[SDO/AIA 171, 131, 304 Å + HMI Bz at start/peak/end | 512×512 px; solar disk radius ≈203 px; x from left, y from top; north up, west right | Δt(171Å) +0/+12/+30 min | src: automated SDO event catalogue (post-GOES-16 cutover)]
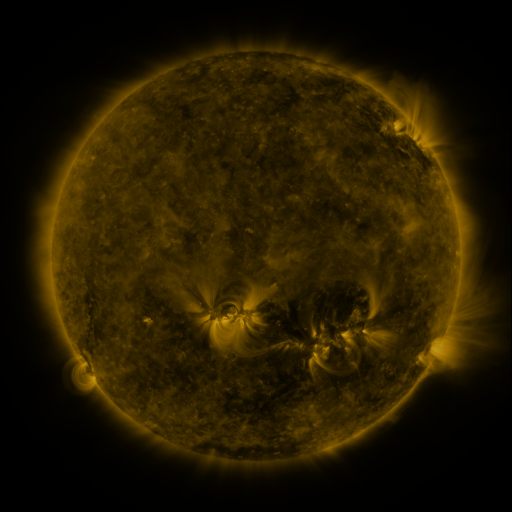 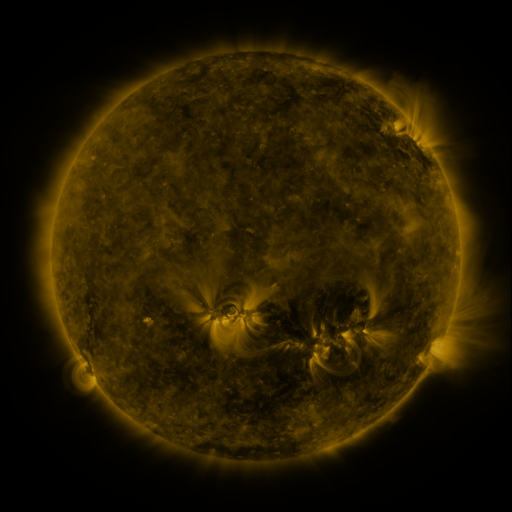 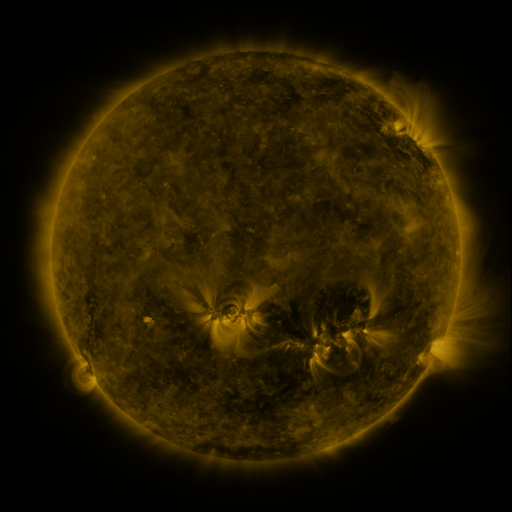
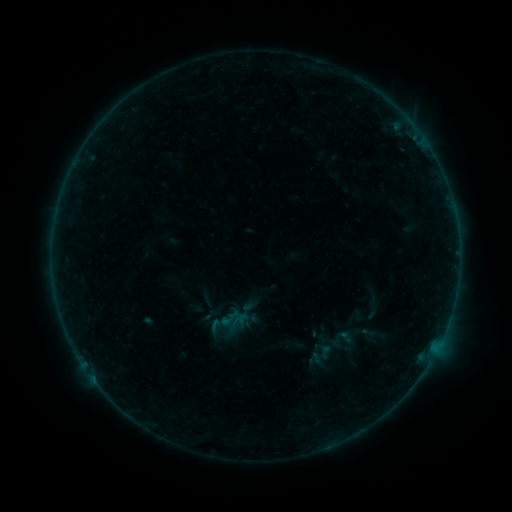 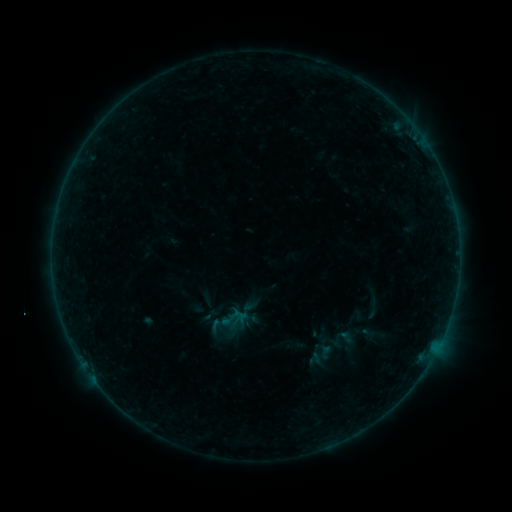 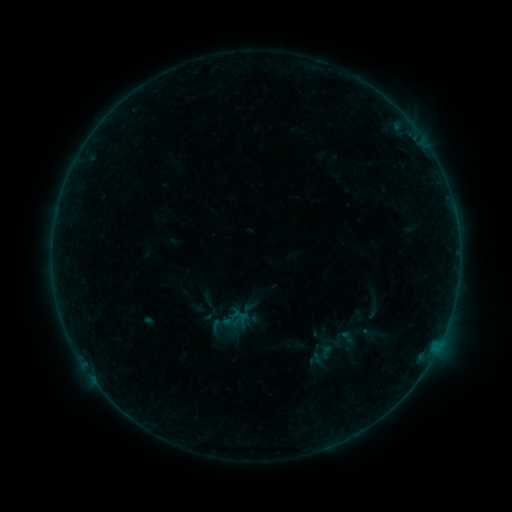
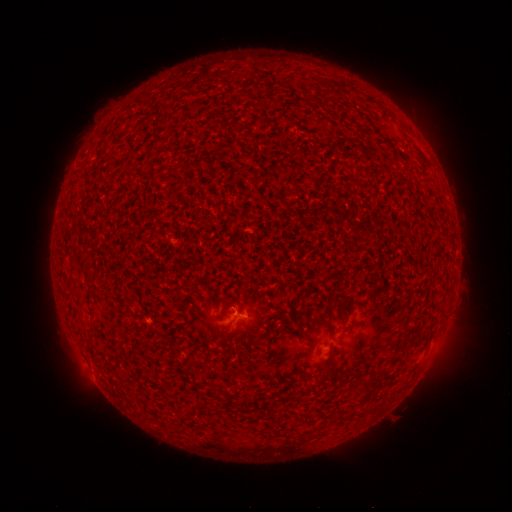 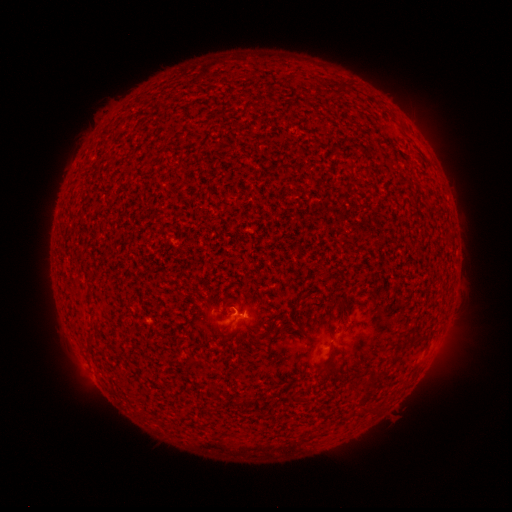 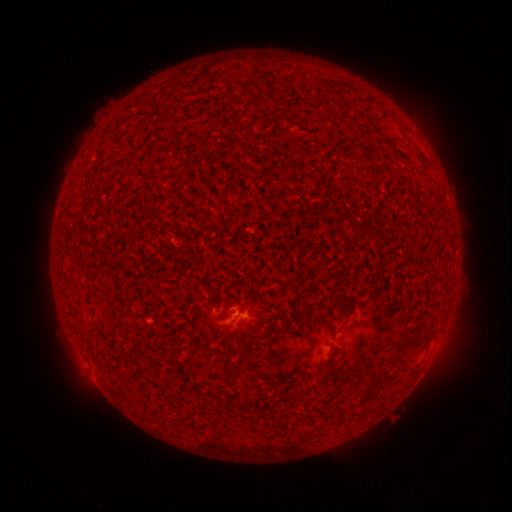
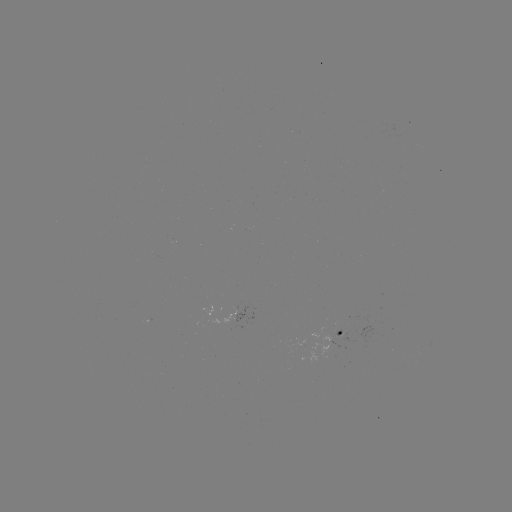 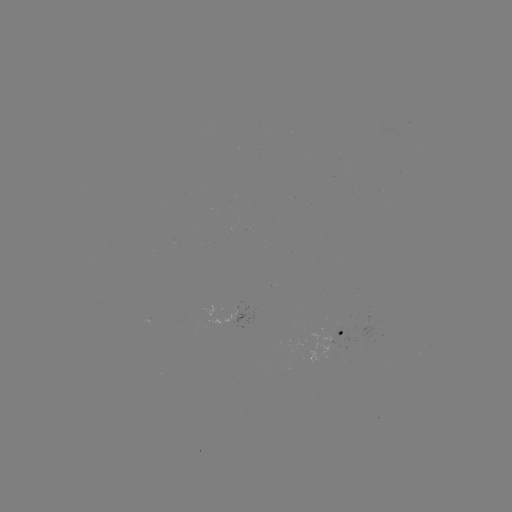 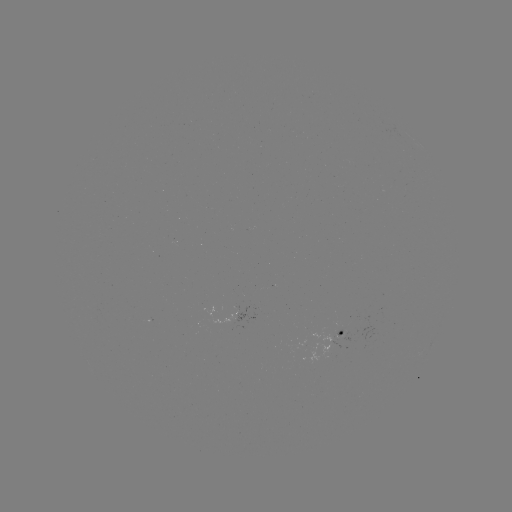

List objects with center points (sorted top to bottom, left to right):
B1.6 flare: (242, 311)
